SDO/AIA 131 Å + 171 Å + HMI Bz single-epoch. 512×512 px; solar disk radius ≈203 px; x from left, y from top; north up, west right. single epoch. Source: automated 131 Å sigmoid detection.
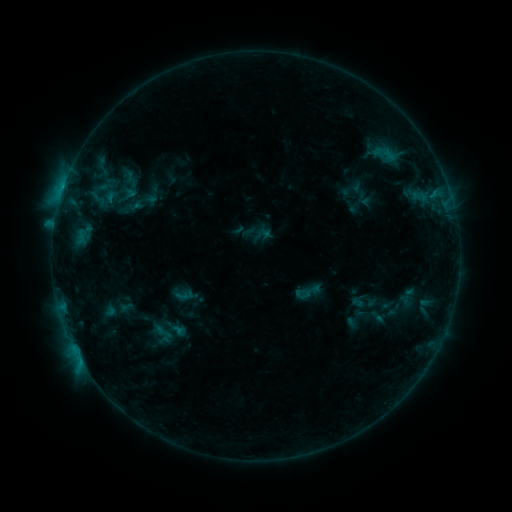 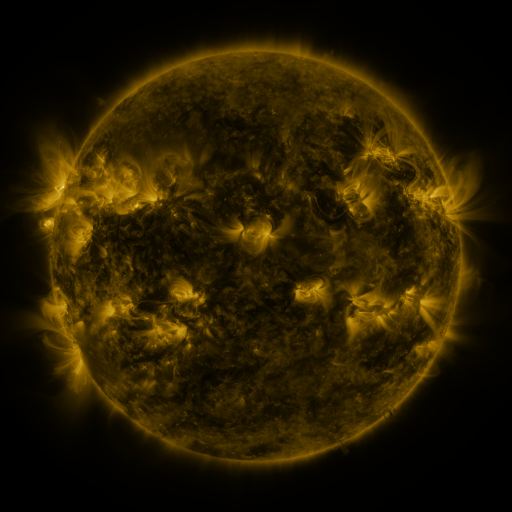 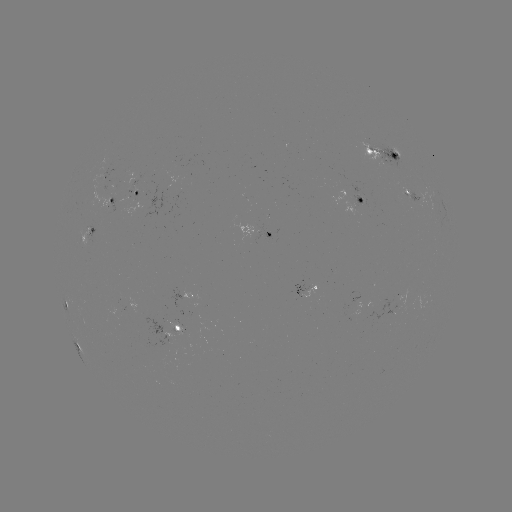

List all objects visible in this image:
sigmoid: (294, 277, 322, 306)
sigmoid: (150, 323, 176, 341)
